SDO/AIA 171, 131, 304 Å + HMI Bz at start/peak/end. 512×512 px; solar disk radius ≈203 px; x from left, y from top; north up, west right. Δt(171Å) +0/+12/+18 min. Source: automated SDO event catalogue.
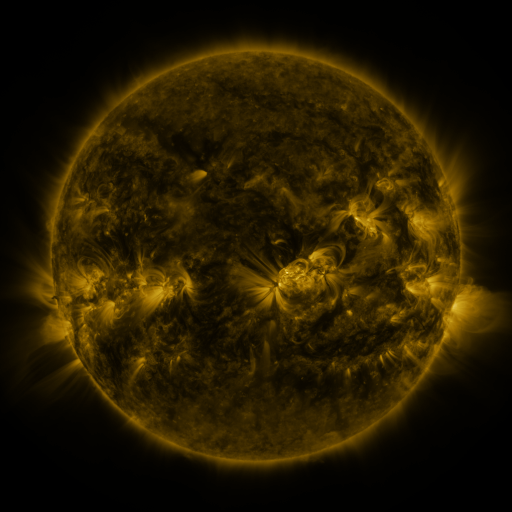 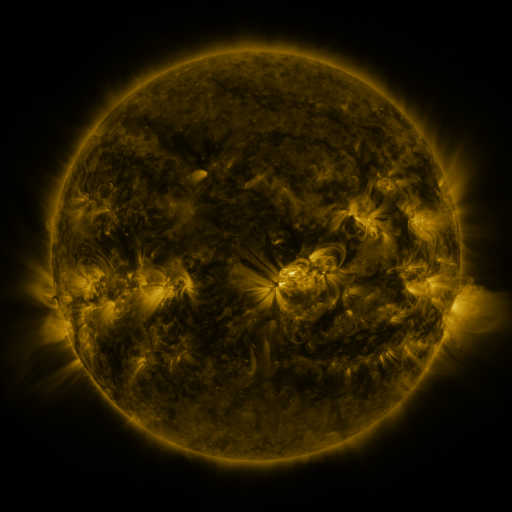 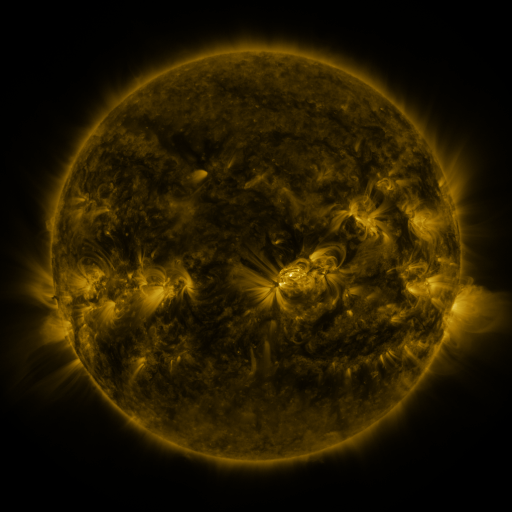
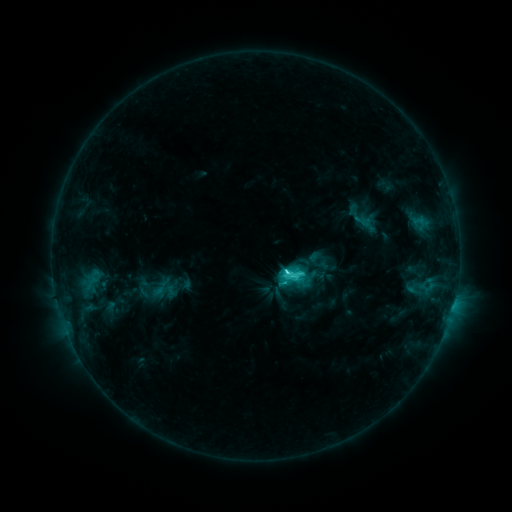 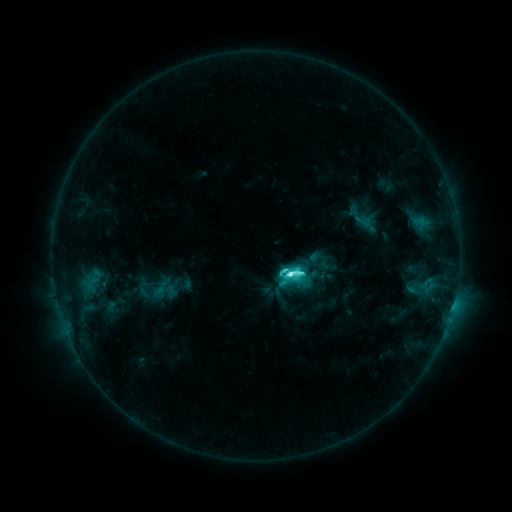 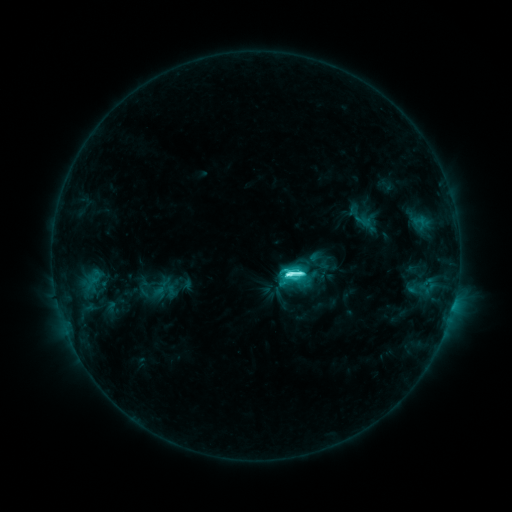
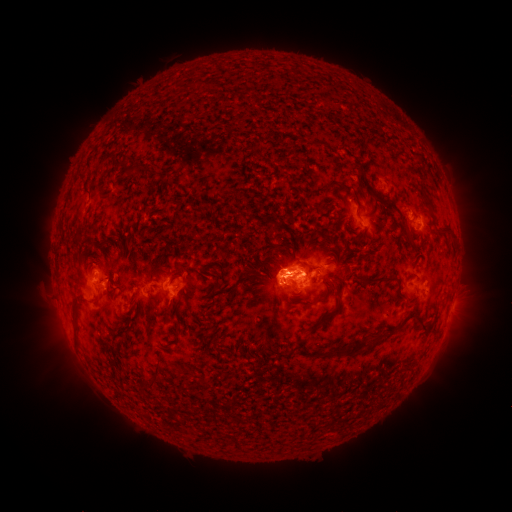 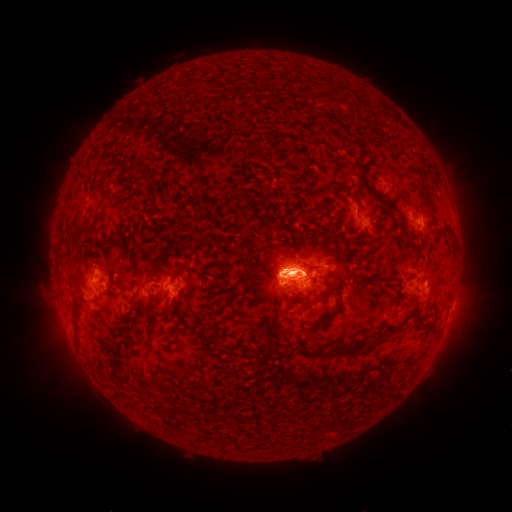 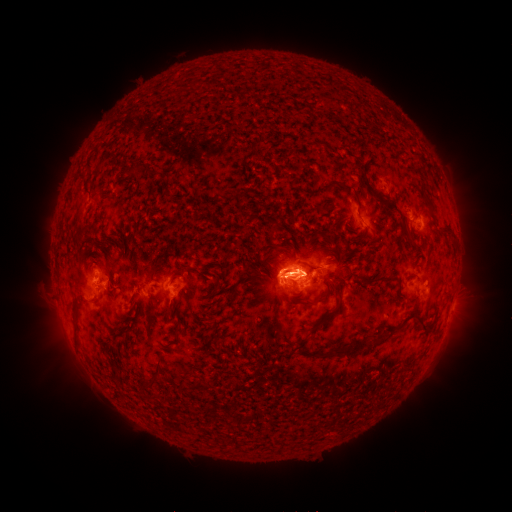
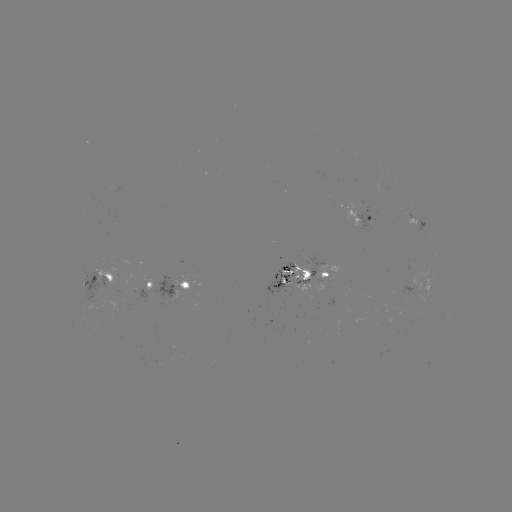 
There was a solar flare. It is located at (287, 275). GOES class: M1.8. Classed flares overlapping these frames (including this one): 1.